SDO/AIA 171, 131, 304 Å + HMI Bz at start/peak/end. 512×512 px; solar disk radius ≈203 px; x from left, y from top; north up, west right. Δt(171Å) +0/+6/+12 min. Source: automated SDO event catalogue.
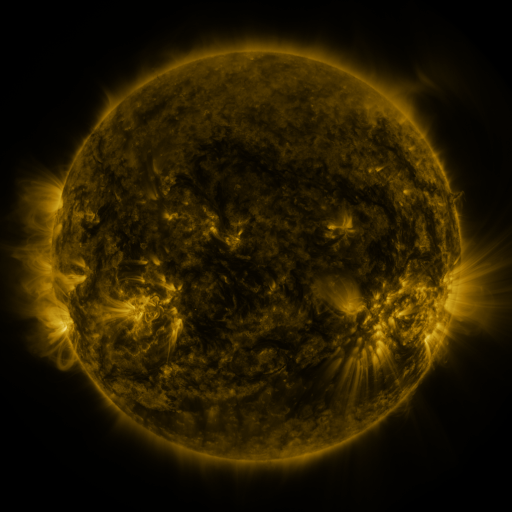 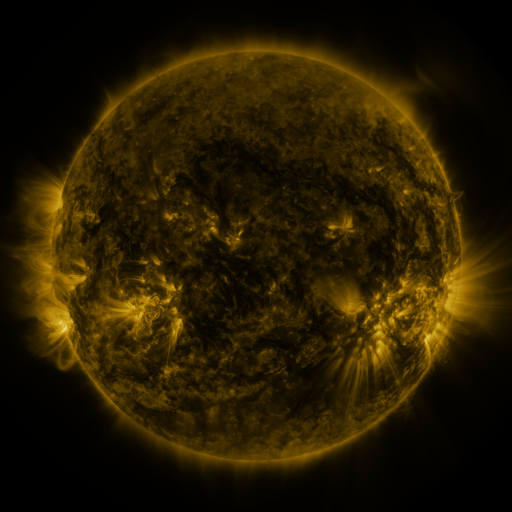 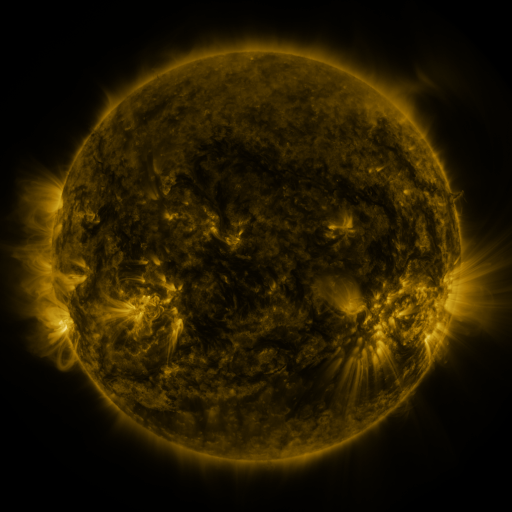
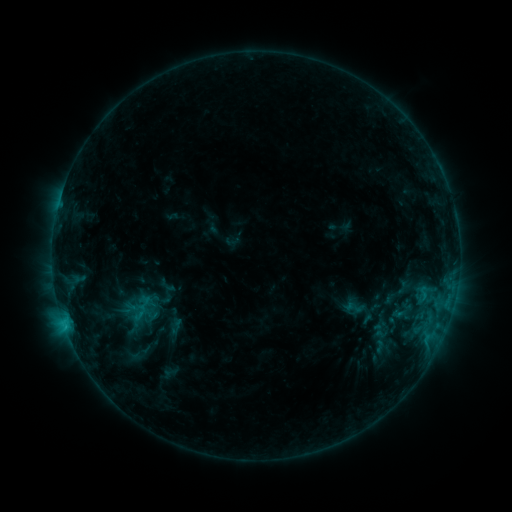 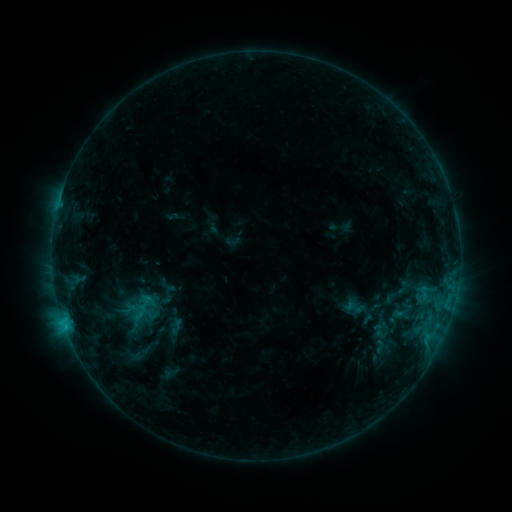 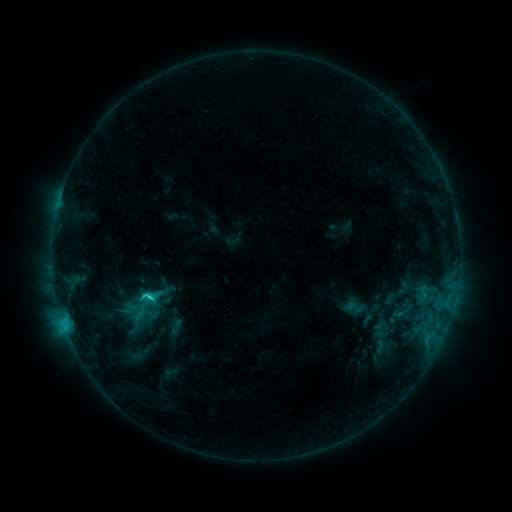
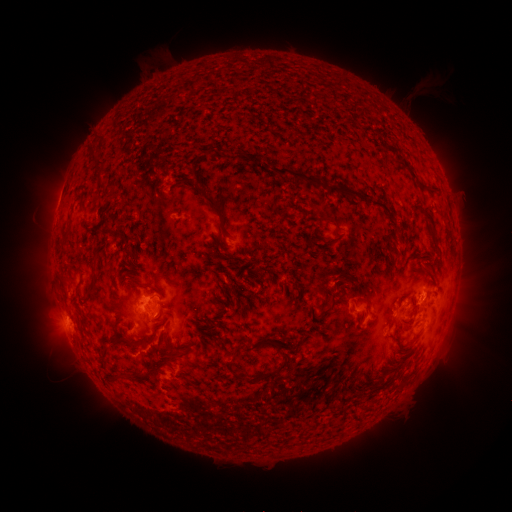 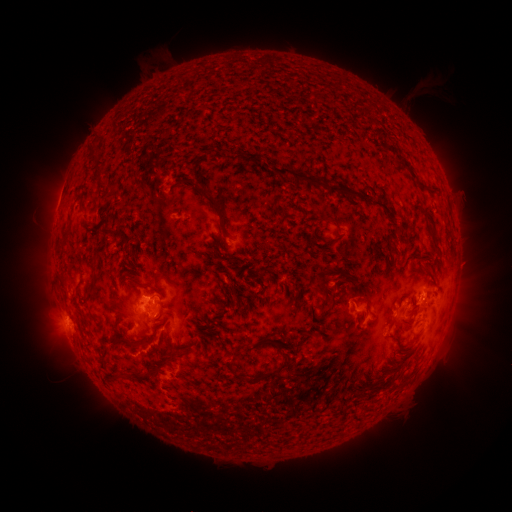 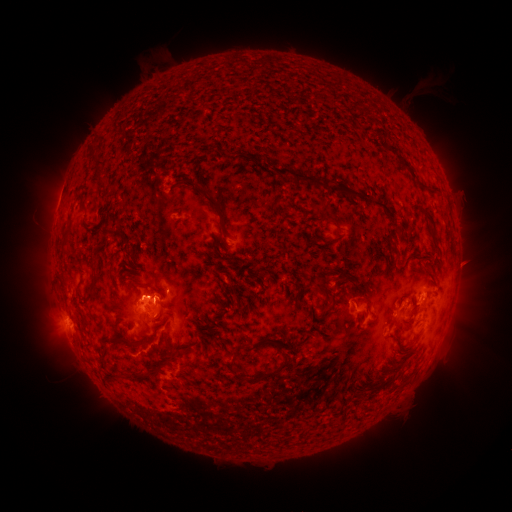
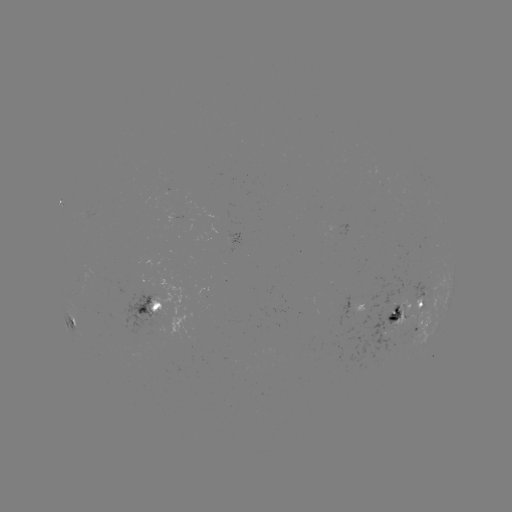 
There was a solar eruption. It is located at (152, 290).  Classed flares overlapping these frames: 1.